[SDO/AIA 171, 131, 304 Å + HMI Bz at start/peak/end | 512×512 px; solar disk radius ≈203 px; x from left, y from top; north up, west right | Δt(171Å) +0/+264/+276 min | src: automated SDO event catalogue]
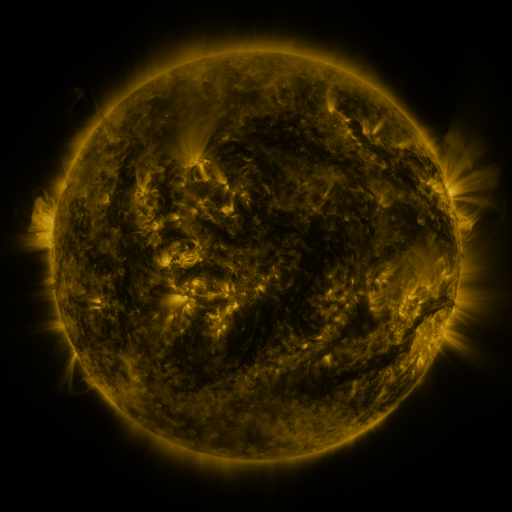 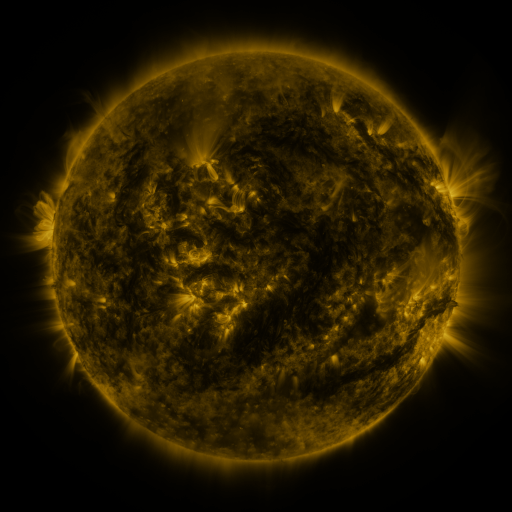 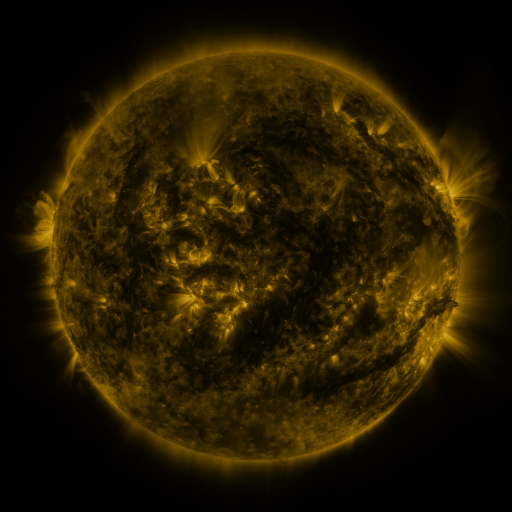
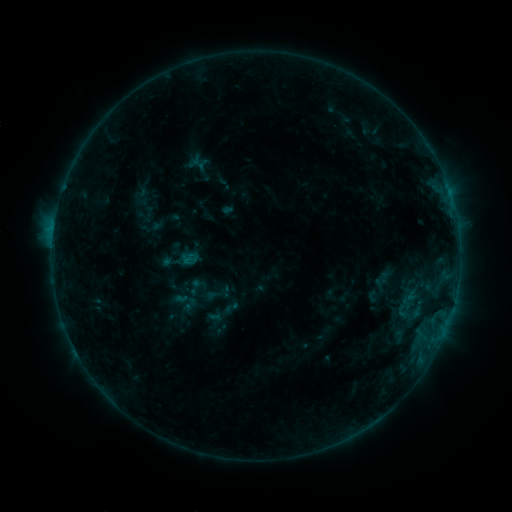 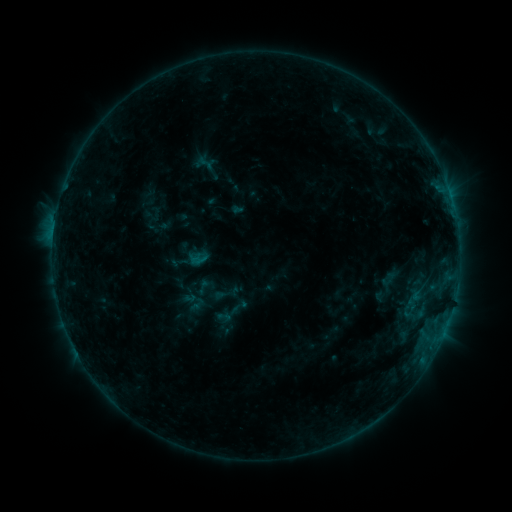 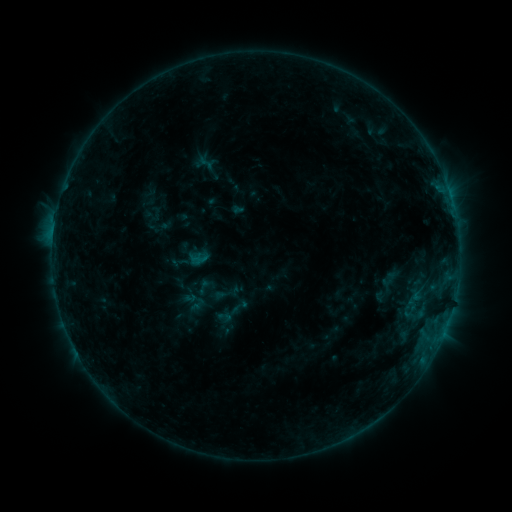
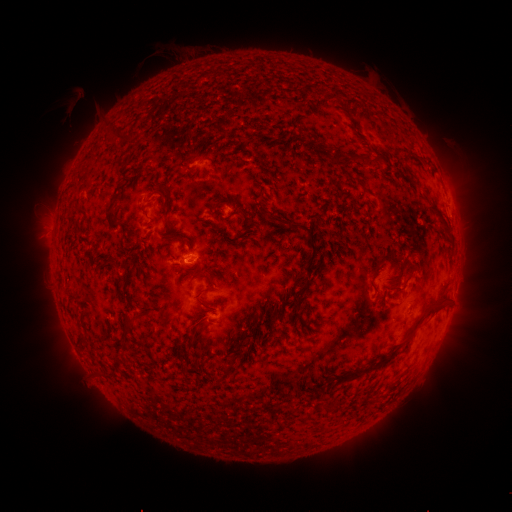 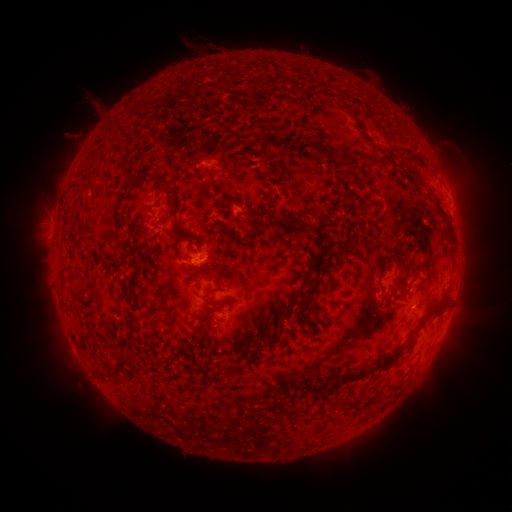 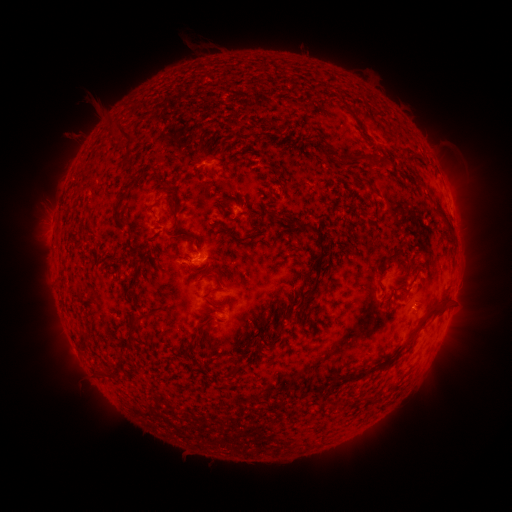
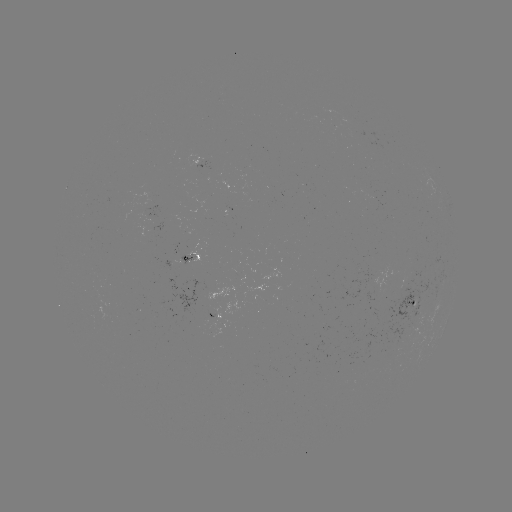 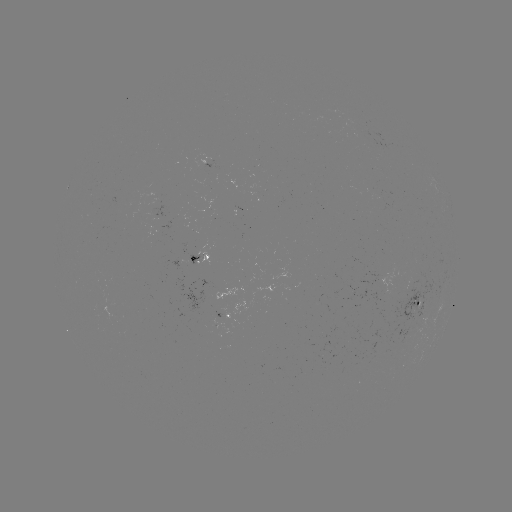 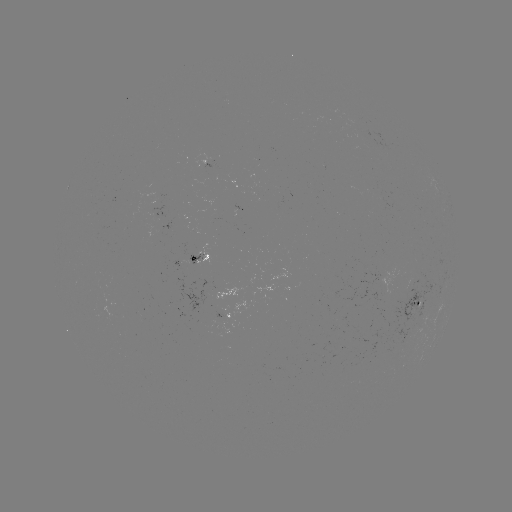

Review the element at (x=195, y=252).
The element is emerging-flux region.